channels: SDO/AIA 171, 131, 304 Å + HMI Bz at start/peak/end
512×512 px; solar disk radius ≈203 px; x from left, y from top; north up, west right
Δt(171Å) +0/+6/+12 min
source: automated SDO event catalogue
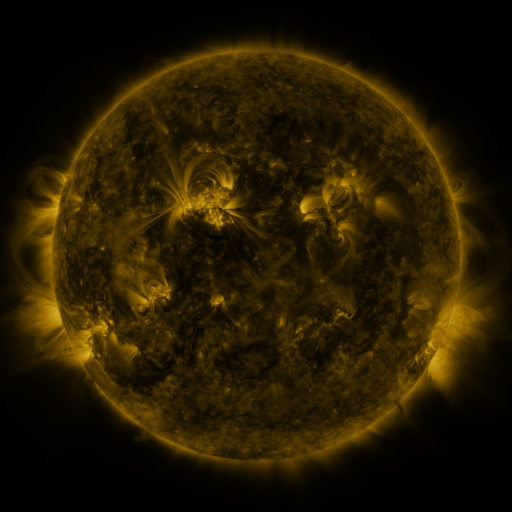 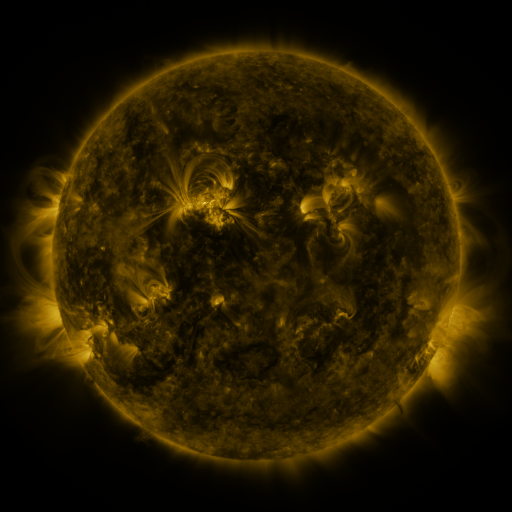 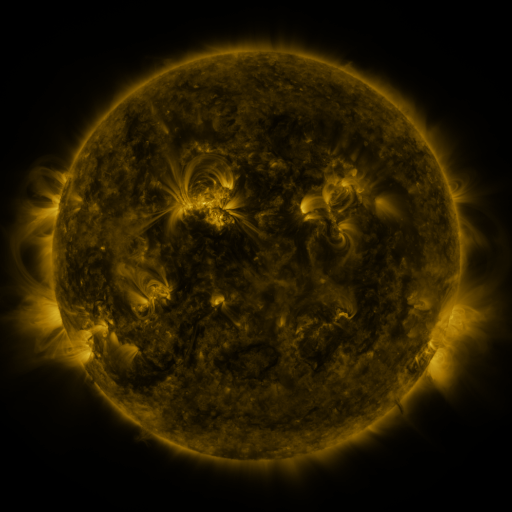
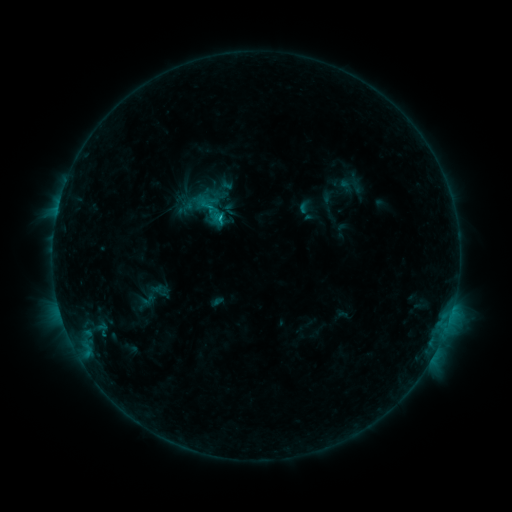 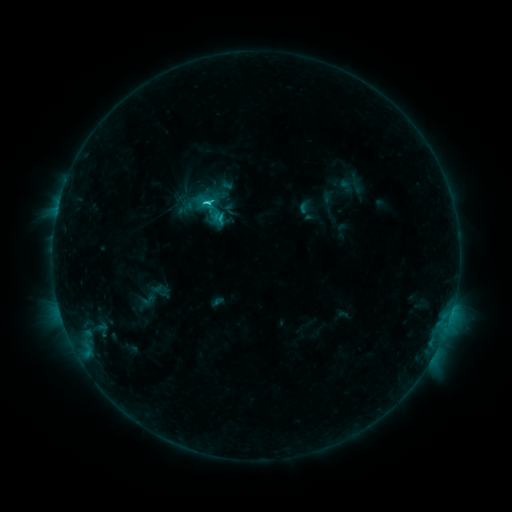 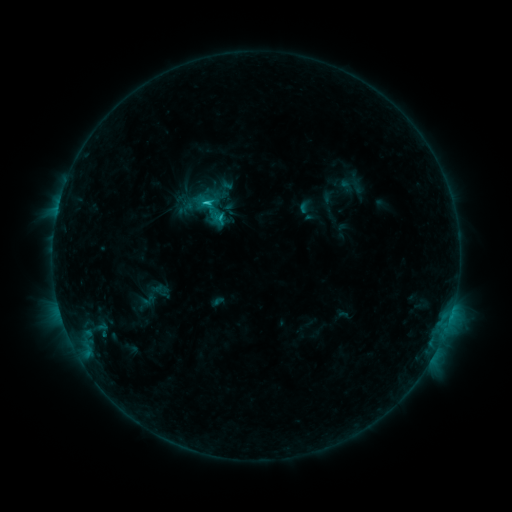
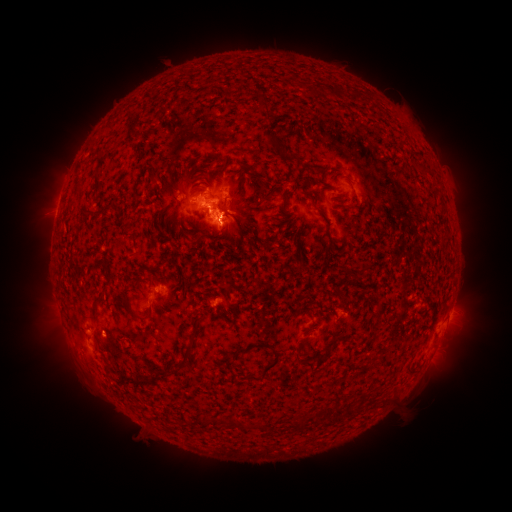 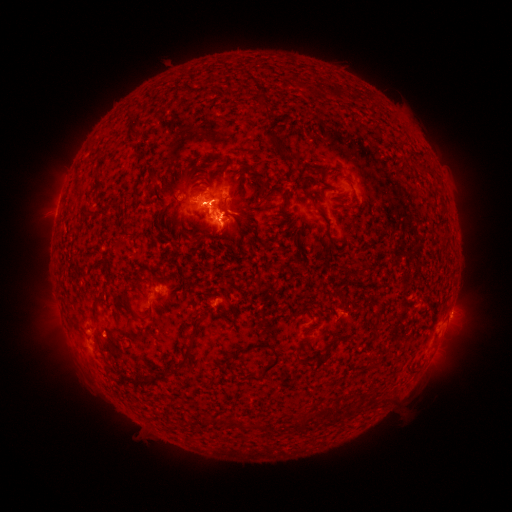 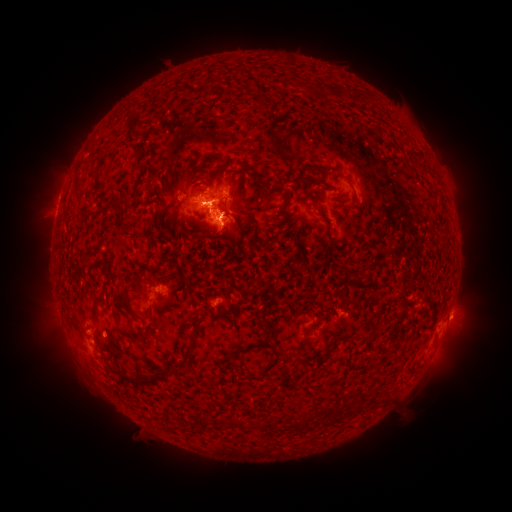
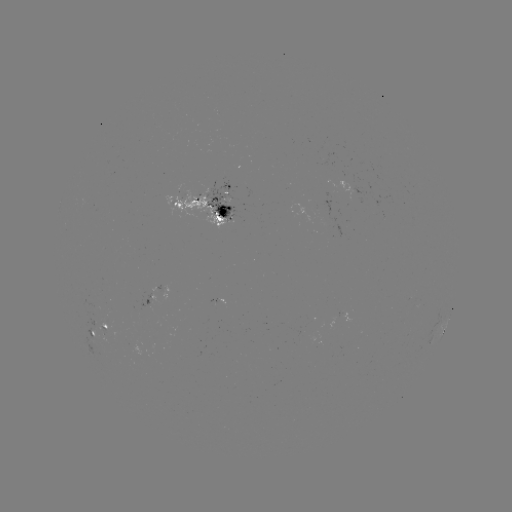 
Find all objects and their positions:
C2.2 flare: (217, 216)
